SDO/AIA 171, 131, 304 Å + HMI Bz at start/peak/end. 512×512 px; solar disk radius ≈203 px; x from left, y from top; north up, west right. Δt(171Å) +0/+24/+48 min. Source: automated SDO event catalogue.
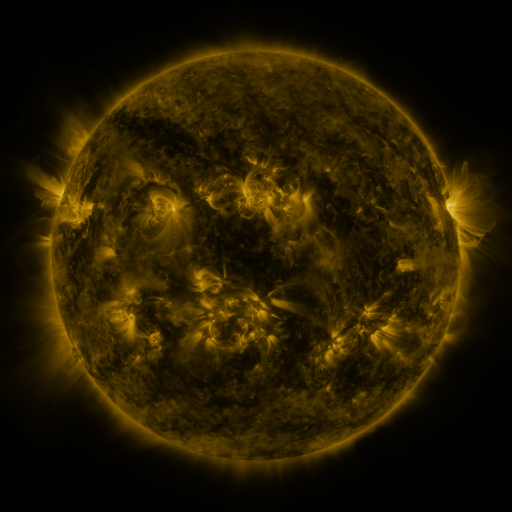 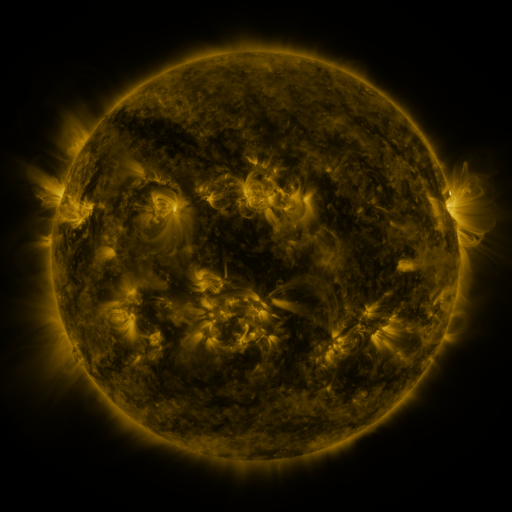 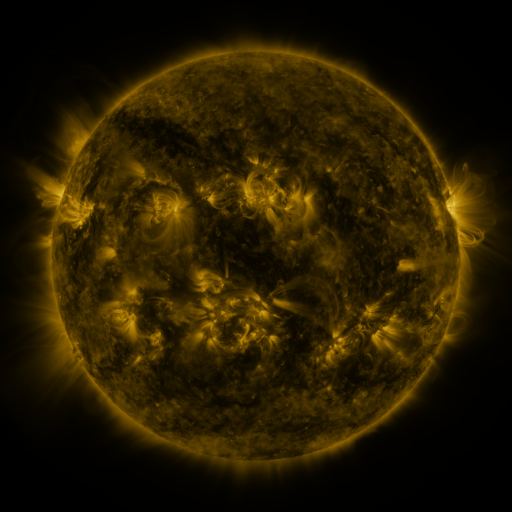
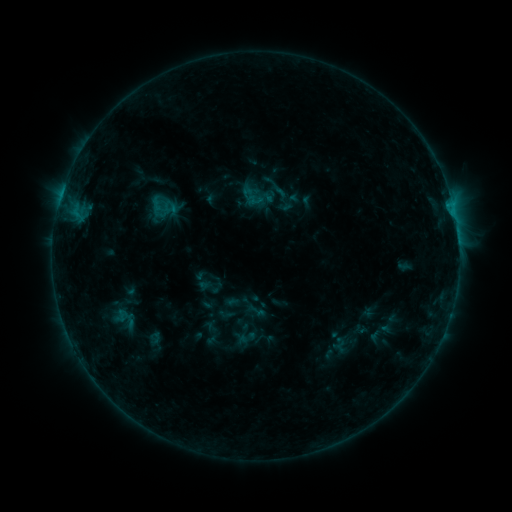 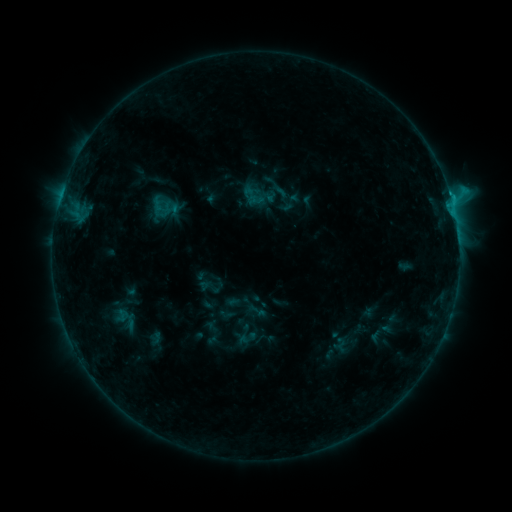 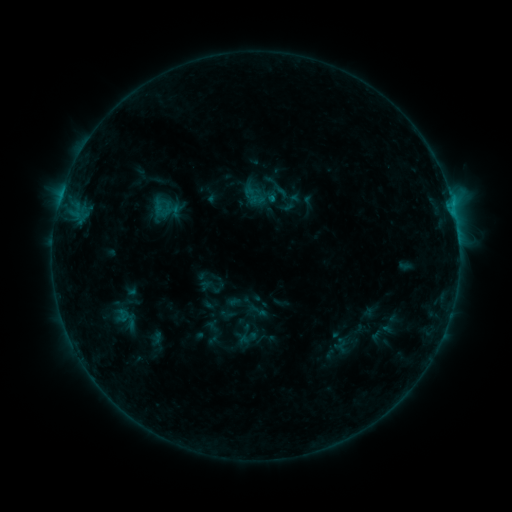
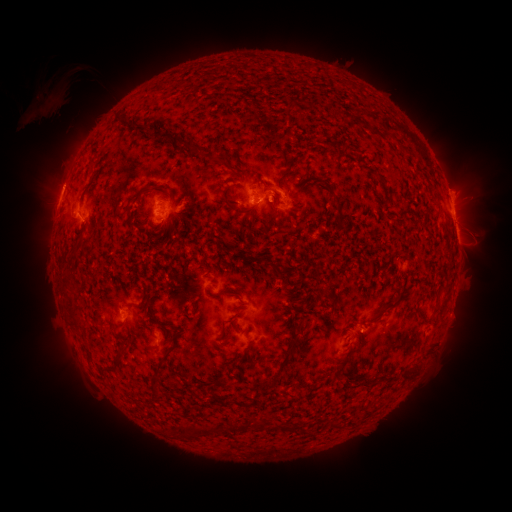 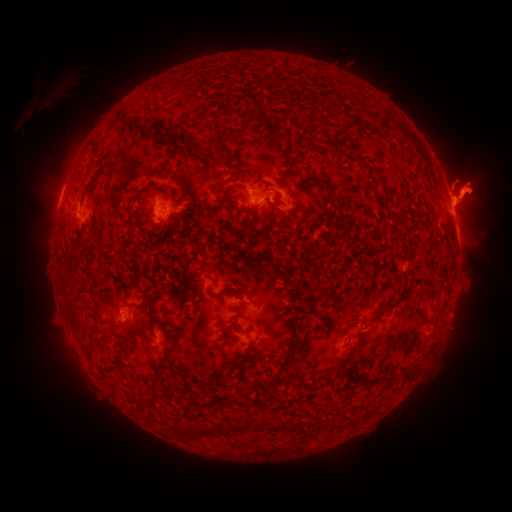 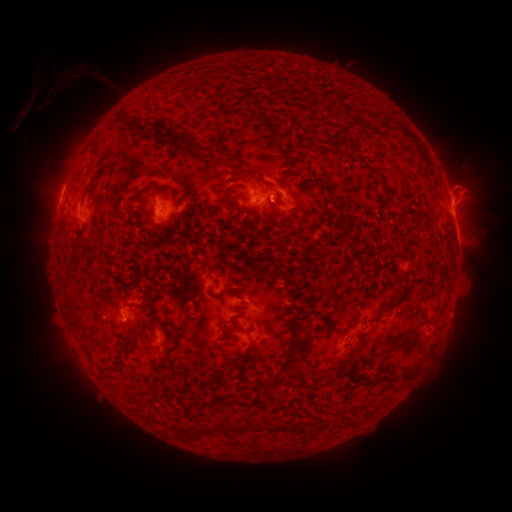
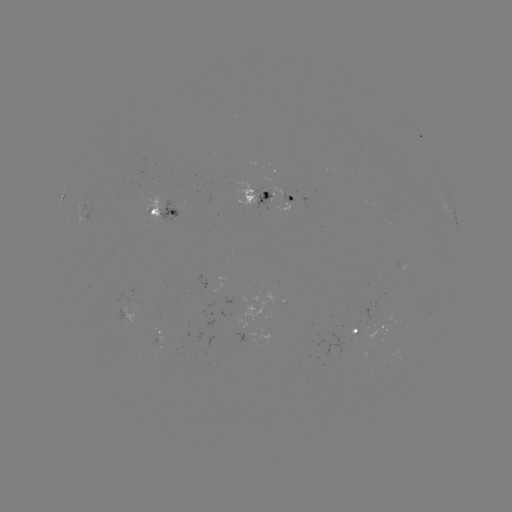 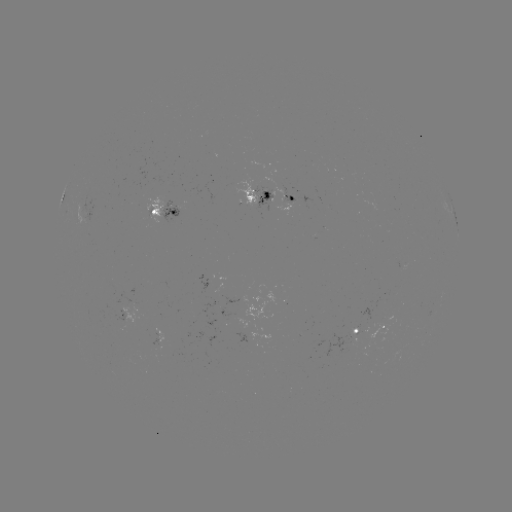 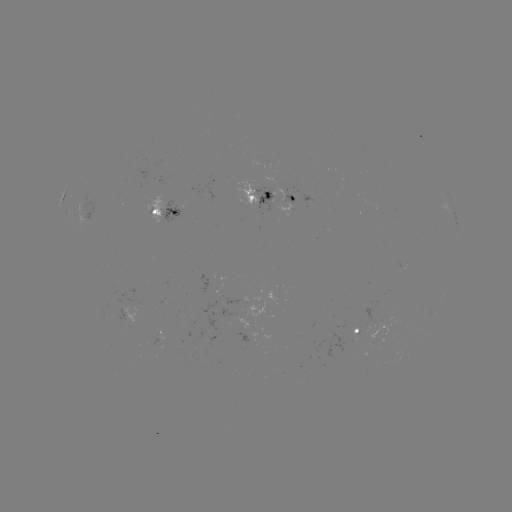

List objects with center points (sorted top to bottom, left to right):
eruption: (472, 192)
